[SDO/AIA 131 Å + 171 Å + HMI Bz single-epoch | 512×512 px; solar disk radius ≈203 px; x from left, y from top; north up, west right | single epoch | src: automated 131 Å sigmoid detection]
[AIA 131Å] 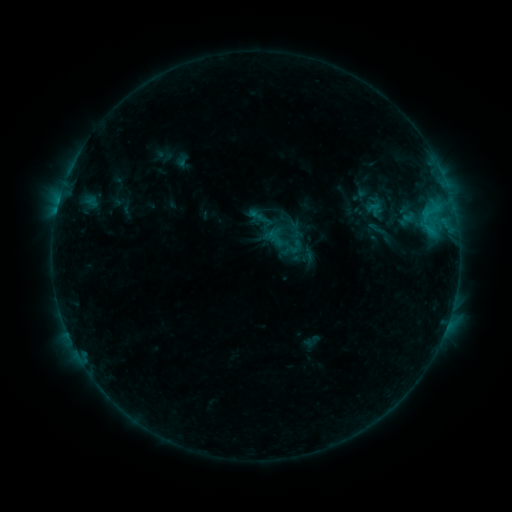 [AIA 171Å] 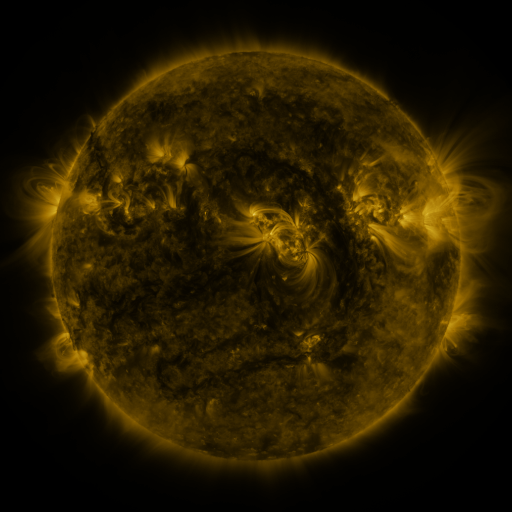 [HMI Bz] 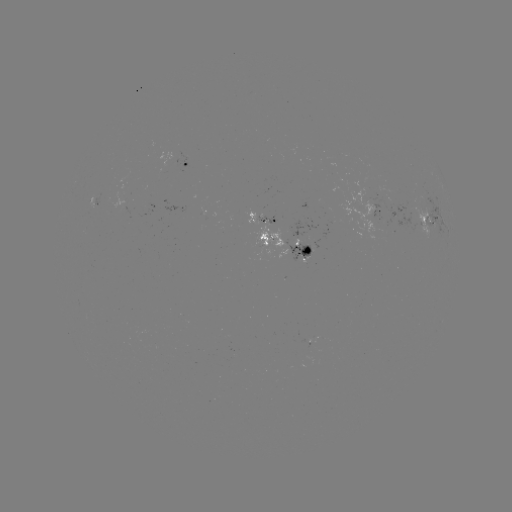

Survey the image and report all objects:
sigmoid: (374, 209)
sigmoid: (287, 219)
sigmoid: (379, 230)
